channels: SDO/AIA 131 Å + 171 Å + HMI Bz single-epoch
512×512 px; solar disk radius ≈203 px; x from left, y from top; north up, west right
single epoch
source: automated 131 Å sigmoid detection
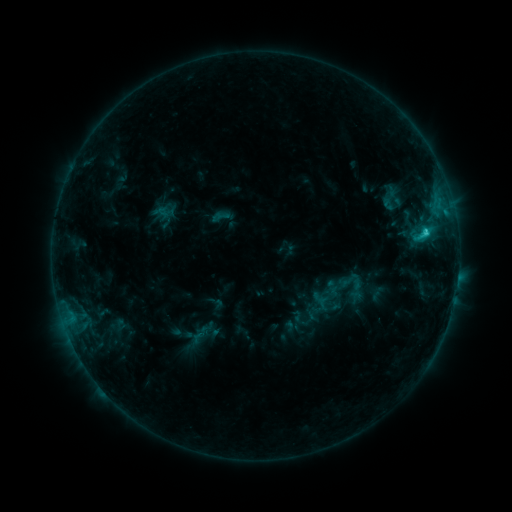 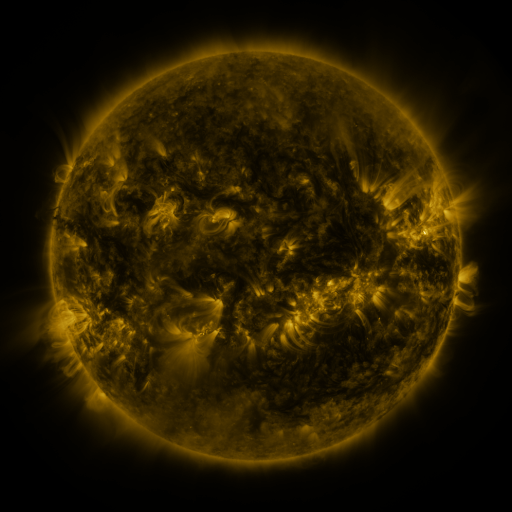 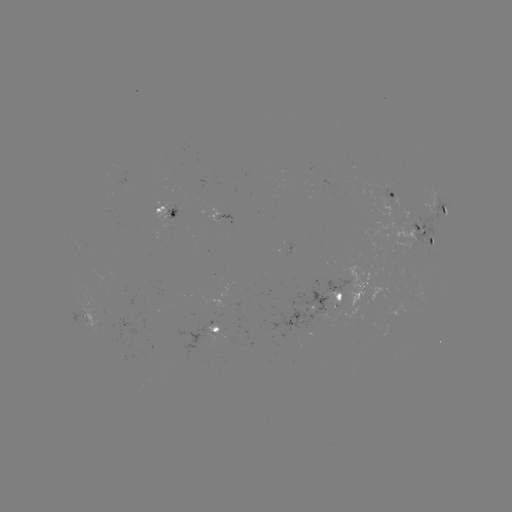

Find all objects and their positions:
sigmoid: (371, 183, 410, 214)
sigmoid: (210, 205, 233, 228)
